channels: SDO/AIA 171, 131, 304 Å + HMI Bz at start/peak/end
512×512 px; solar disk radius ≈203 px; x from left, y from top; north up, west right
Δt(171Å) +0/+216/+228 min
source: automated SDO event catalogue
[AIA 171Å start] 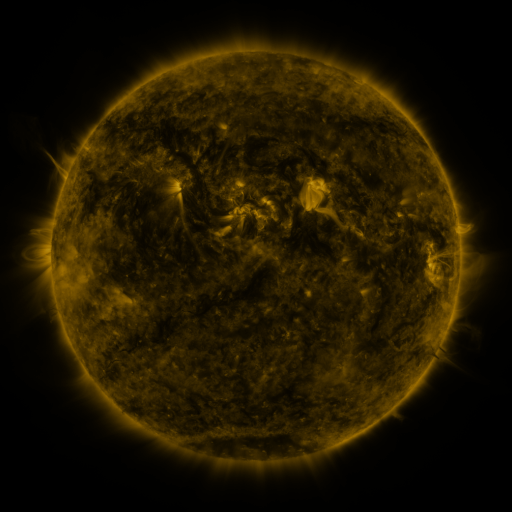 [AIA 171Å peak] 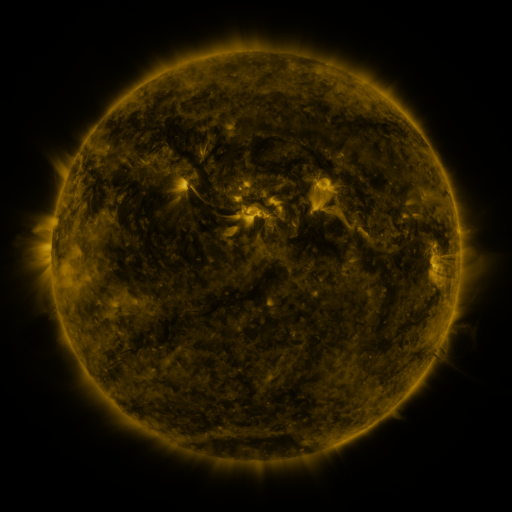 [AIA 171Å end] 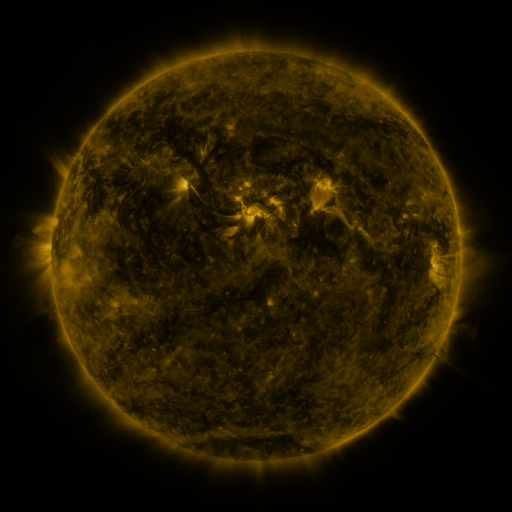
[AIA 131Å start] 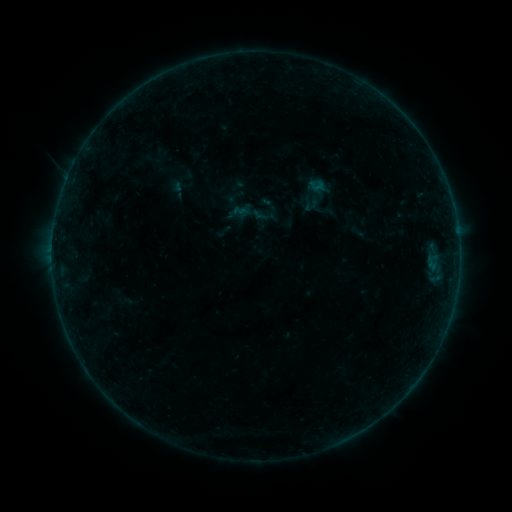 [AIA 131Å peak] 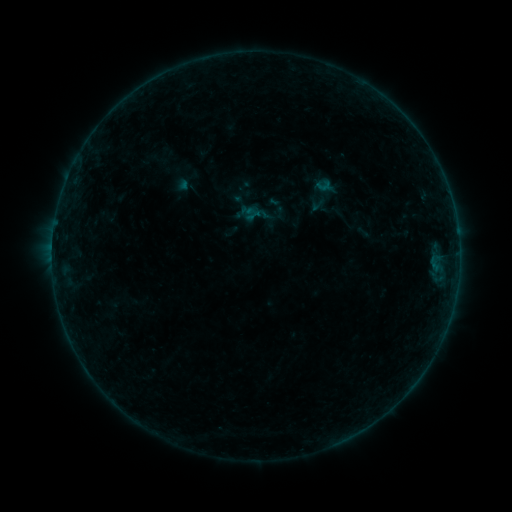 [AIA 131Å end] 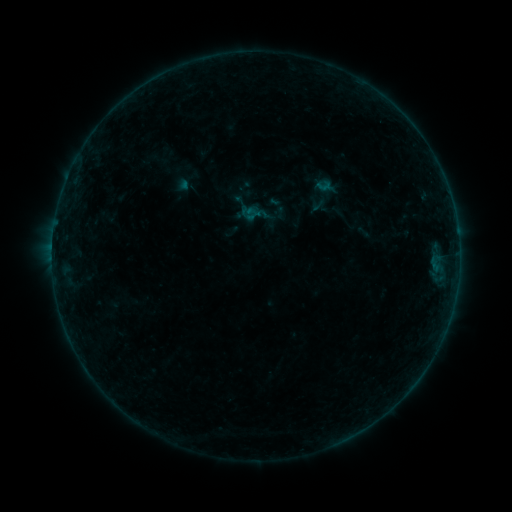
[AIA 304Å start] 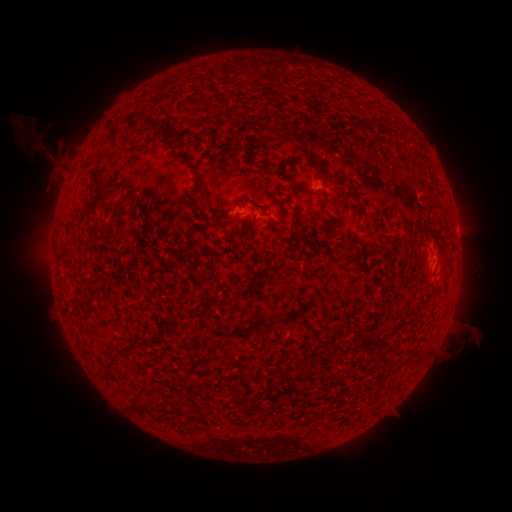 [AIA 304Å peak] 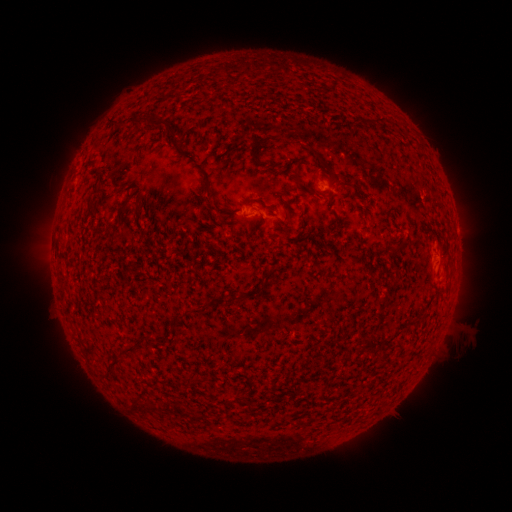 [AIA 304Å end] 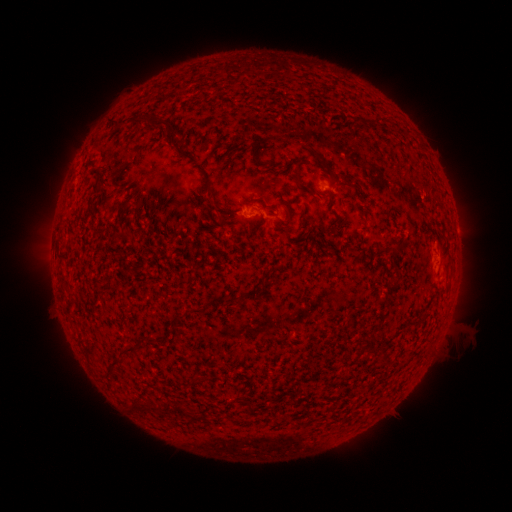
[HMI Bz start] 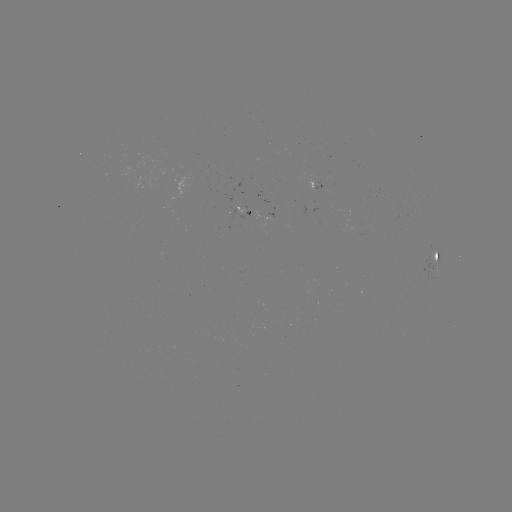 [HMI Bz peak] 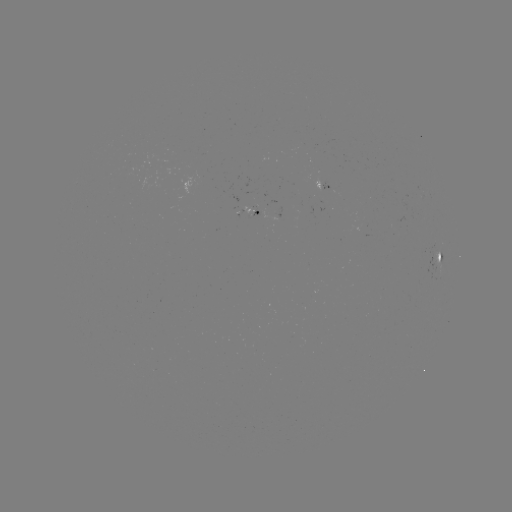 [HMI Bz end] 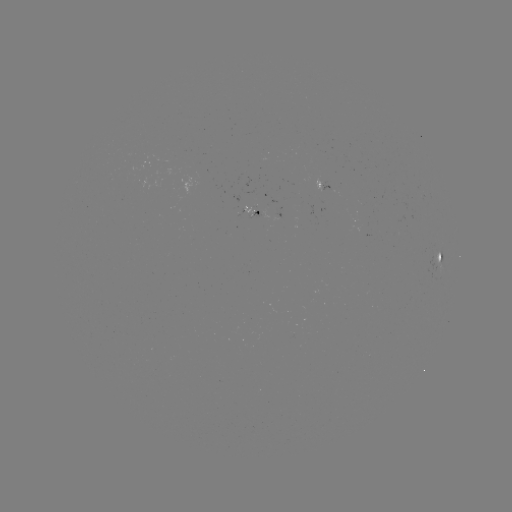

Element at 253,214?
emerging-flux region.